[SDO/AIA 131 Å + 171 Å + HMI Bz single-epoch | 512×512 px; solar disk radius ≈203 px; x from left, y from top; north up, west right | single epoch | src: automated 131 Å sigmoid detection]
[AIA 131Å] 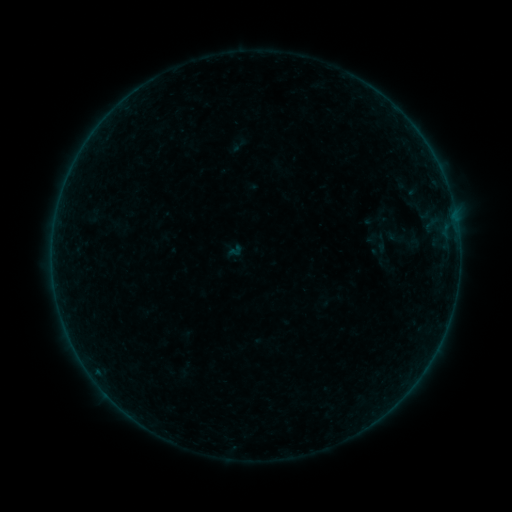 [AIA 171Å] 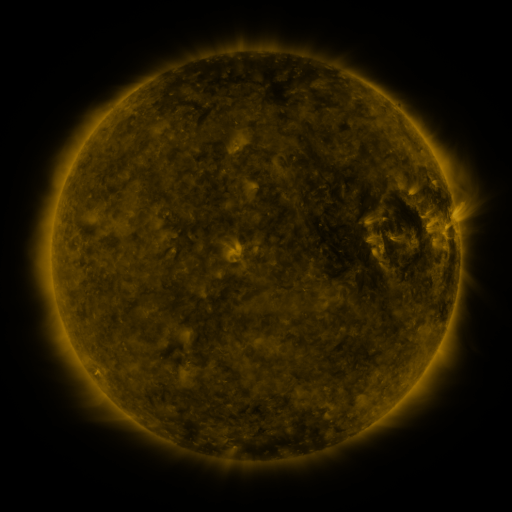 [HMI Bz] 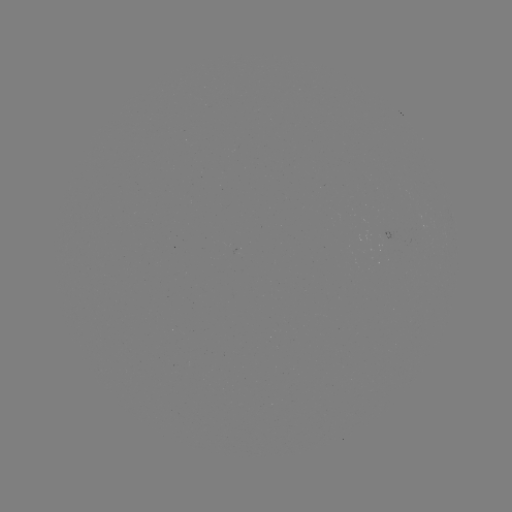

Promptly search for sigmoid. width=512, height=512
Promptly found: [398, 237].